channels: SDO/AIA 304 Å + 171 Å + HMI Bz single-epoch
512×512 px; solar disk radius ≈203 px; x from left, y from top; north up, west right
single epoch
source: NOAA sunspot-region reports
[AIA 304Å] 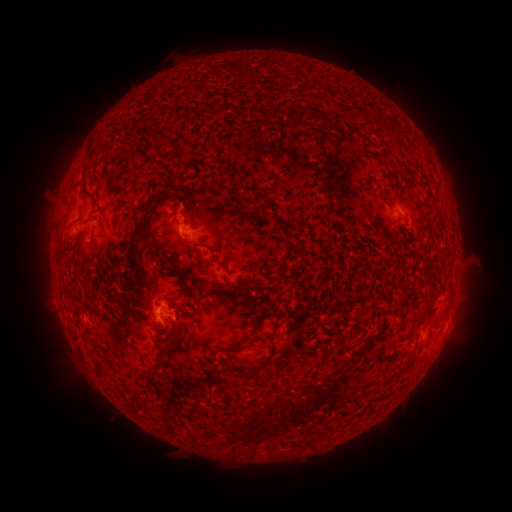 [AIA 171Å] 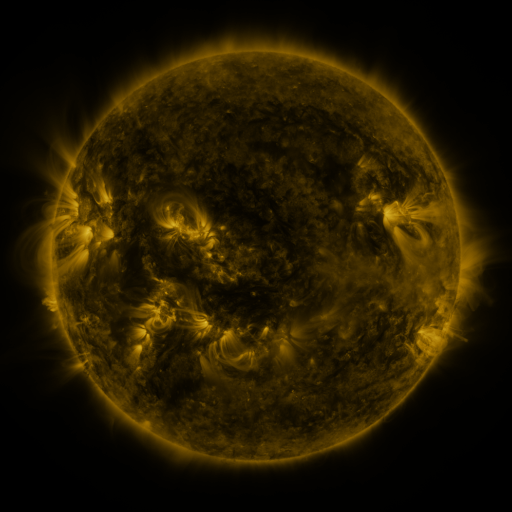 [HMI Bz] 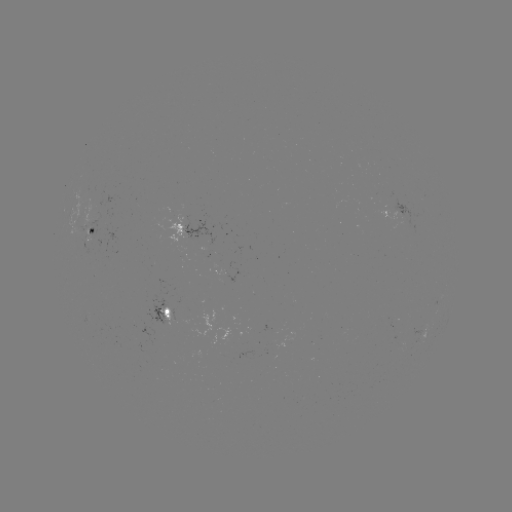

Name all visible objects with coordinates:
spotted active region: (185, 229)
spotted active region: (91, 235)
spotted active region: (168, 316)
